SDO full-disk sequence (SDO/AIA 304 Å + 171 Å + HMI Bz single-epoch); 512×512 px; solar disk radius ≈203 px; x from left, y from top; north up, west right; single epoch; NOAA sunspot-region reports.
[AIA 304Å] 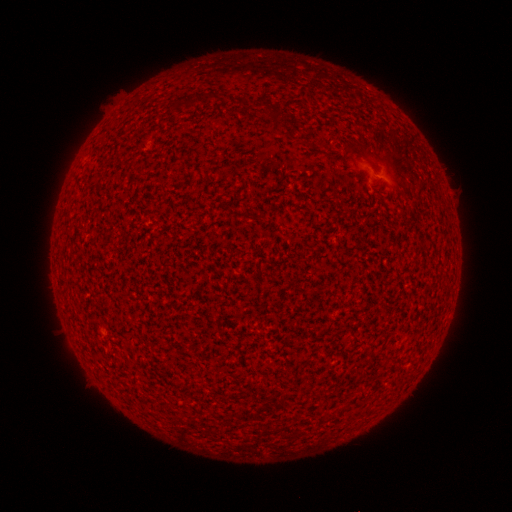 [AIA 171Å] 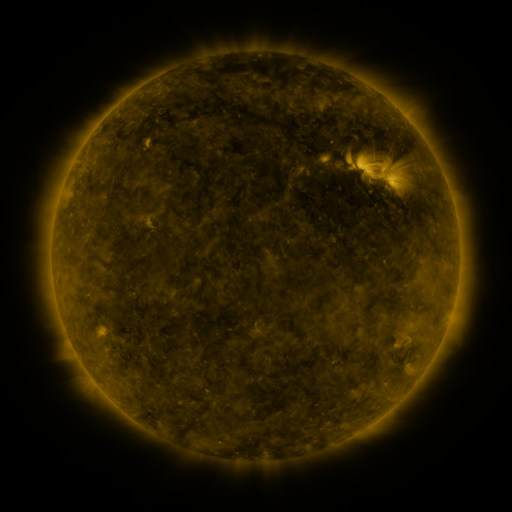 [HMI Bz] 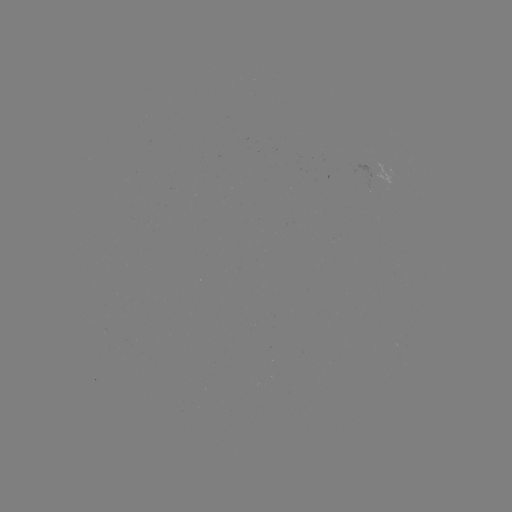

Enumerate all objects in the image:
(none)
